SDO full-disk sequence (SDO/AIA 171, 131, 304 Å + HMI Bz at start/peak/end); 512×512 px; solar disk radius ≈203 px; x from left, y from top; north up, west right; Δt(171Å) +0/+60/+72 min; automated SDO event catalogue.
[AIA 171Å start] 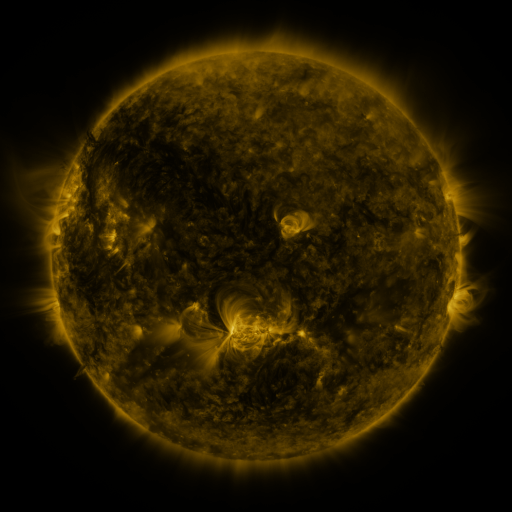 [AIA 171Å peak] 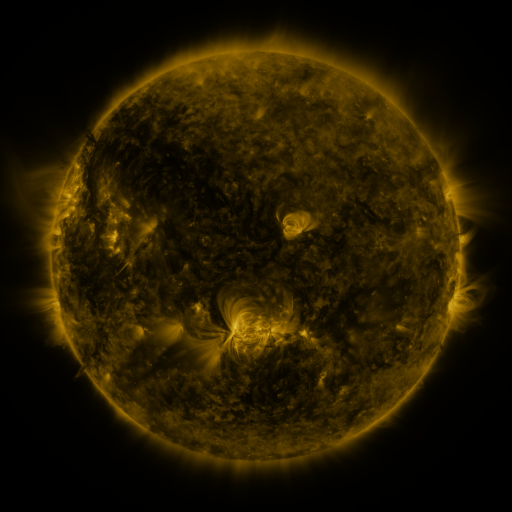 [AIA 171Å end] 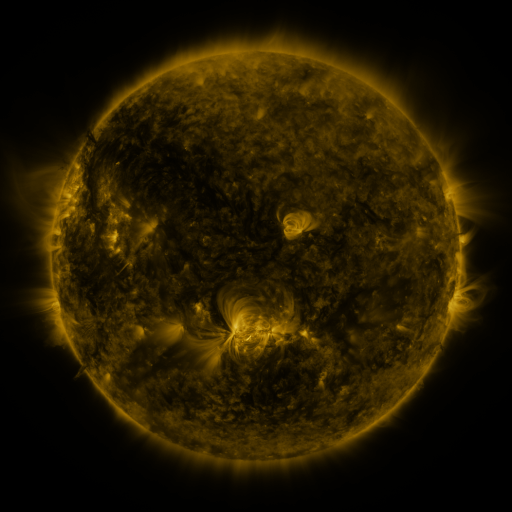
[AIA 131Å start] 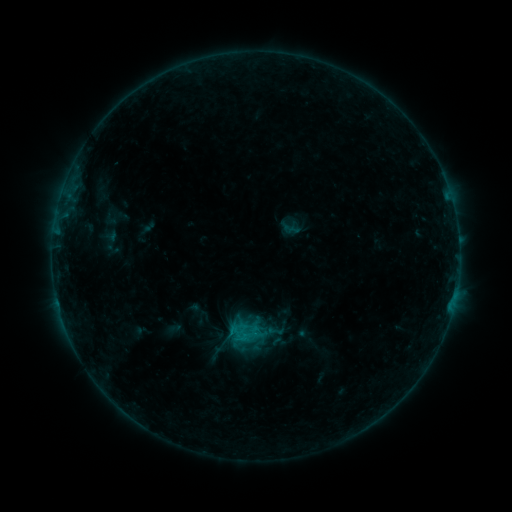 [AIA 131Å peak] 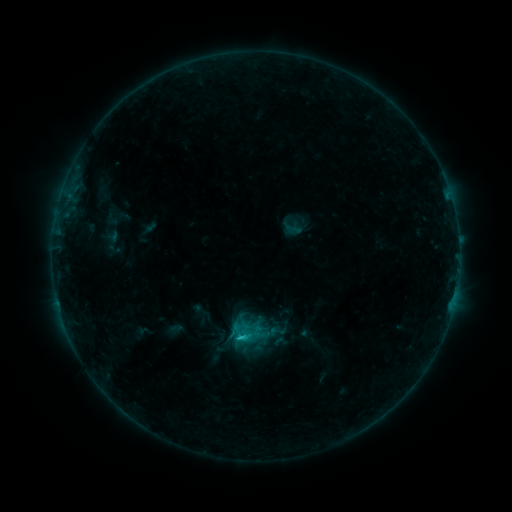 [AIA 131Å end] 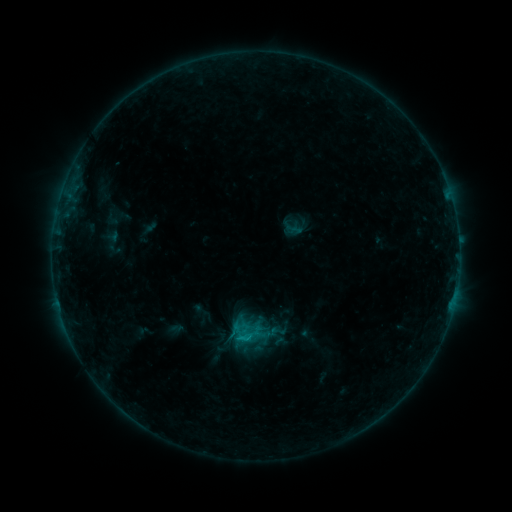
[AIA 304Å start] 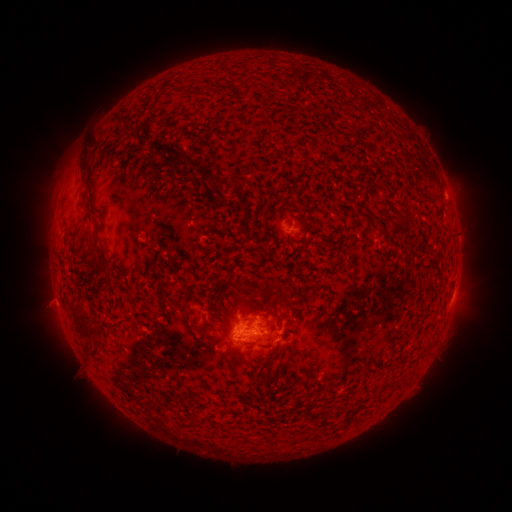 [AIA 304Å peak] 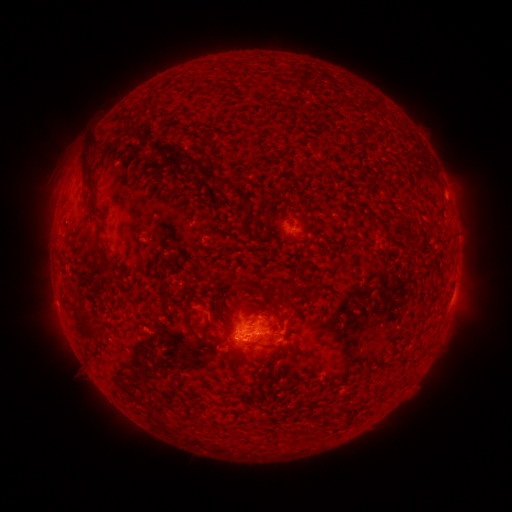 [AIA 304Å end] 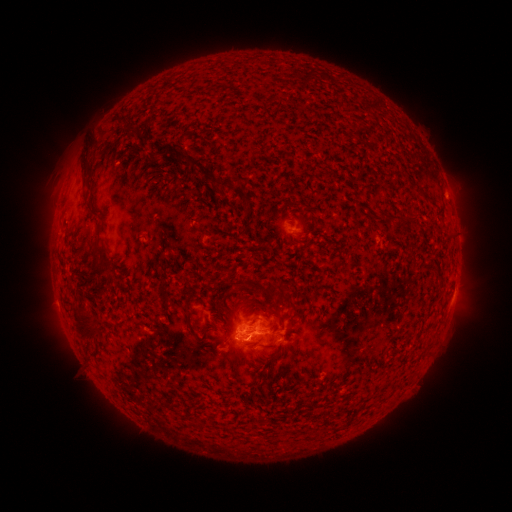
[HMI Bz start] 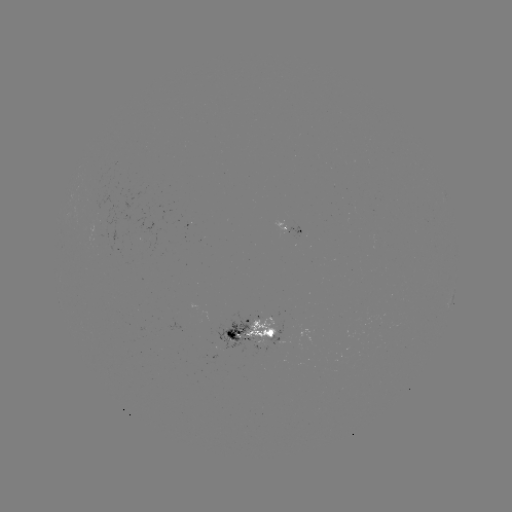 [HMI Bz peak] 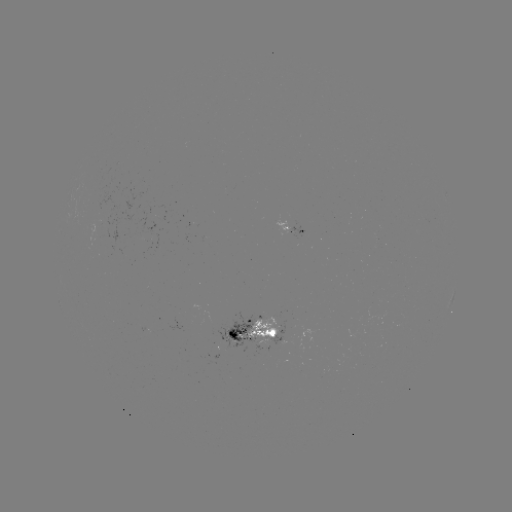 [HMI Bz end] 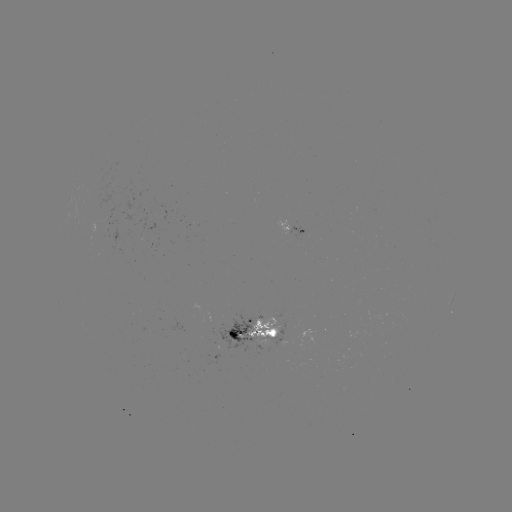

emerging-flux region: [242, 316, 278, 345]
